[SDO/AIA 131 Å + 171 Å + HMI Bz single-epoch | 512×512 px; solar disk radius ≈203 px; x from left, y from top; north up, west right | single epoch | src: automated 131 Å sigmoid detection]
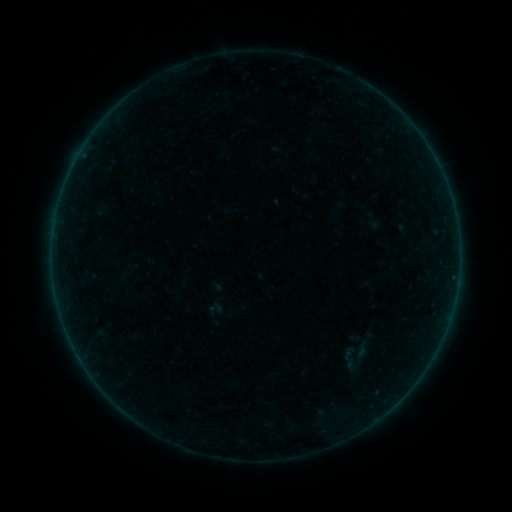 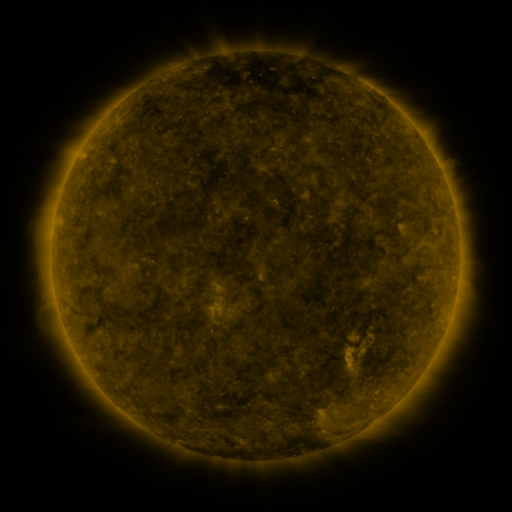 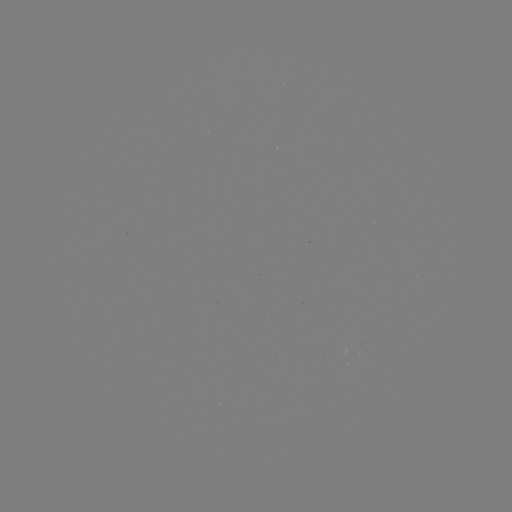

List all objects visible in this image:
sigmoid: <bbox>352, 340, 370, 358</bbox>
